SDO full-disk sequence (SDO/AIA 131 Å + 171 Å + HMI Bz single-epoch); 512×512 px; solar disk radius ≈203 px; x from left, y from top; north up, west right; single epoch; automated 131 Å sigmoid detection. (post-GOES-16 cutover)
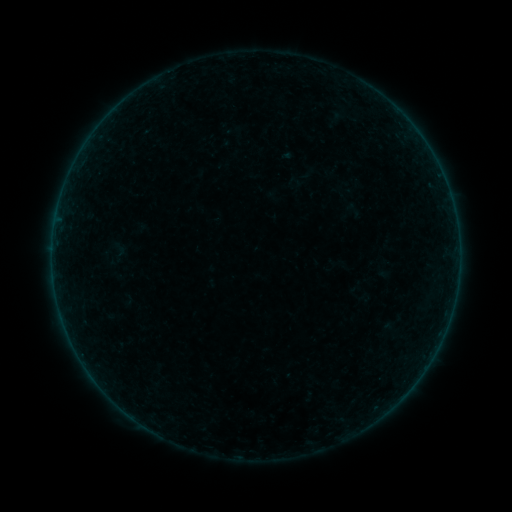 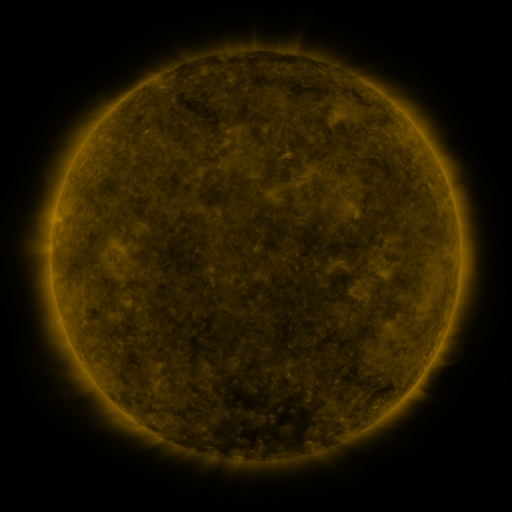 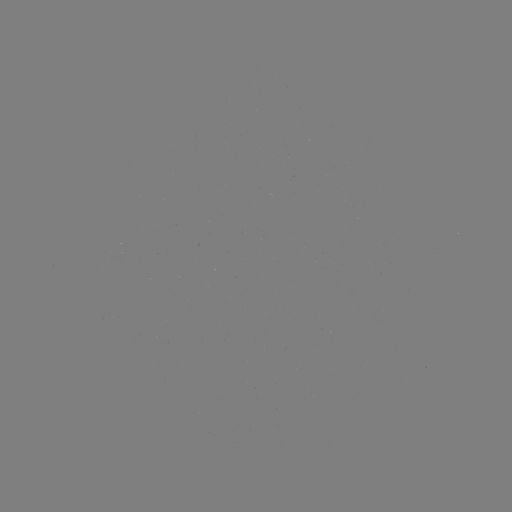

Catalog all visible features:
sigmoid: (110, 240, 129, 258)
